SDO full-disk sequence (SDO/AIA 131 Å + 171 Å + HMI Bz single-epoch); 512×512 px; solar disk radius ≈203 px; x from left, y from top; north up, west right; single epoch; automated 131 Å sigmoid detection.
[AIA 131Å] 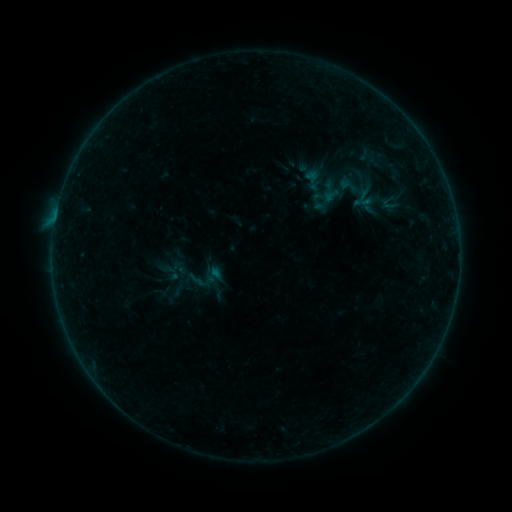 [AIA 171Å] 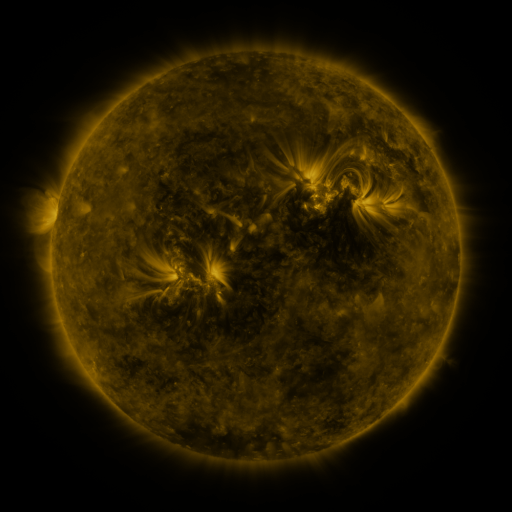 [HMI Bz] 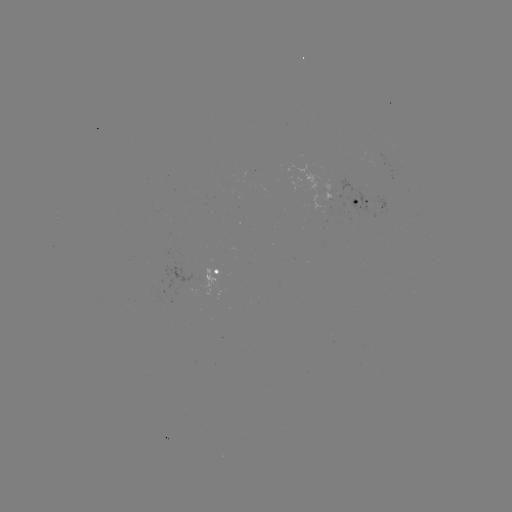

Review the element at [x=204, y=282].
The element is sigmoid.